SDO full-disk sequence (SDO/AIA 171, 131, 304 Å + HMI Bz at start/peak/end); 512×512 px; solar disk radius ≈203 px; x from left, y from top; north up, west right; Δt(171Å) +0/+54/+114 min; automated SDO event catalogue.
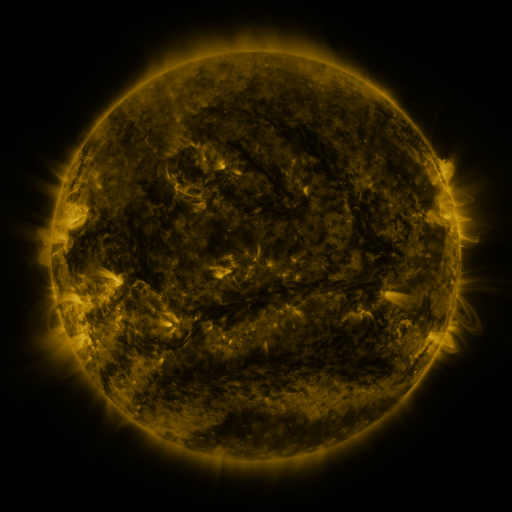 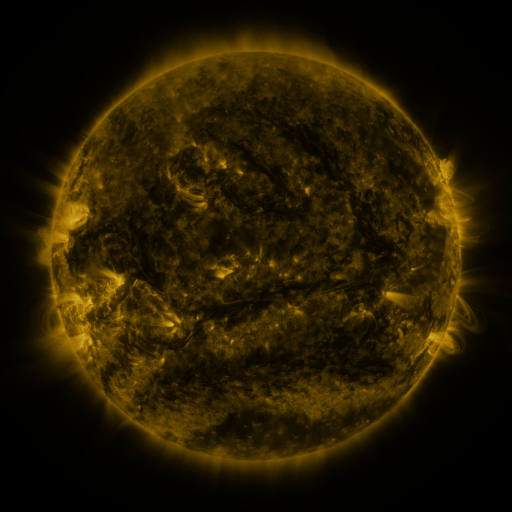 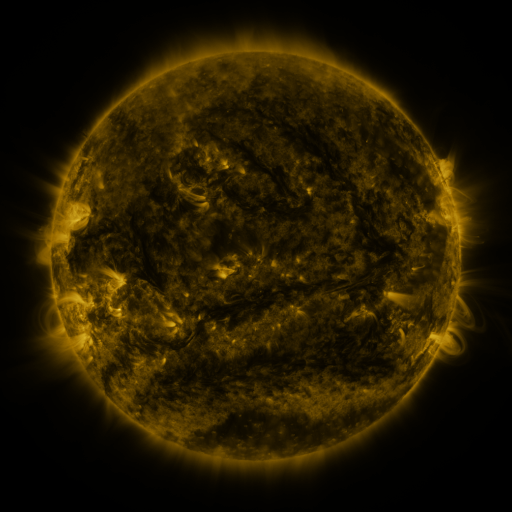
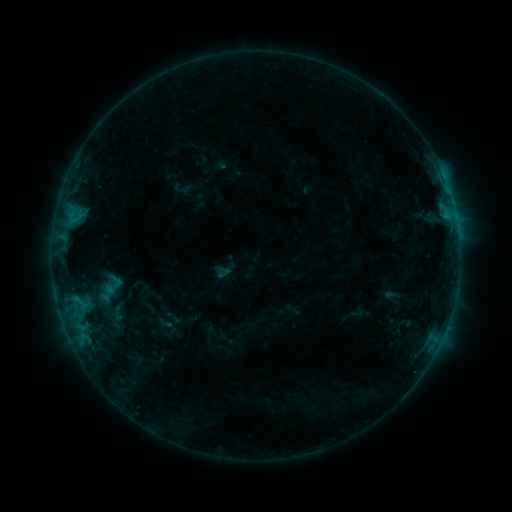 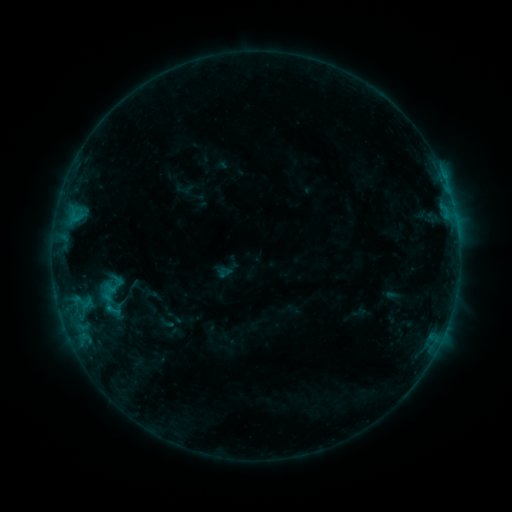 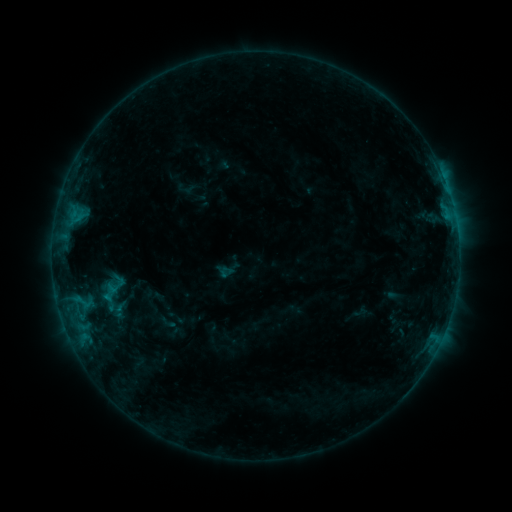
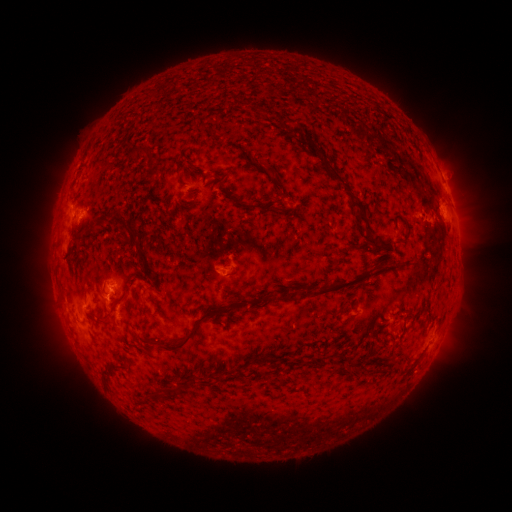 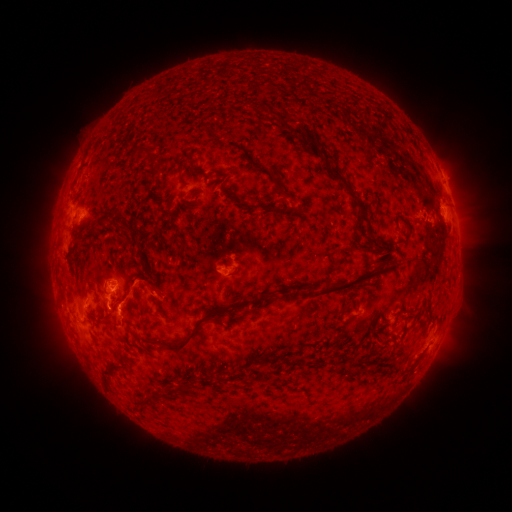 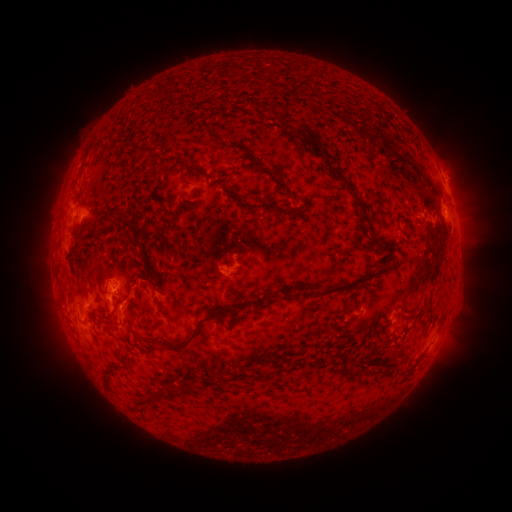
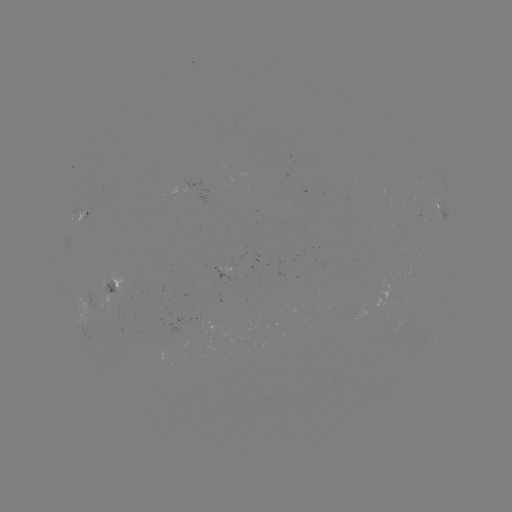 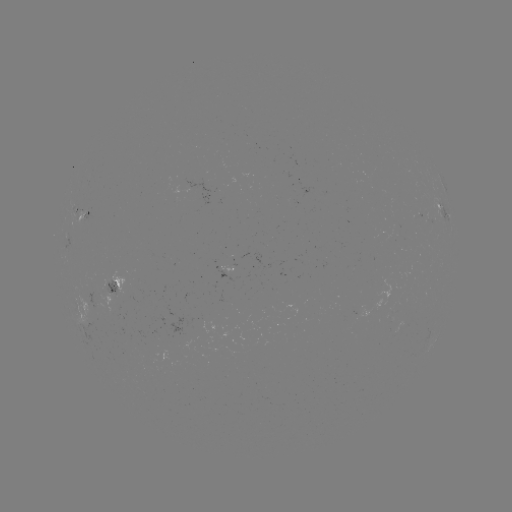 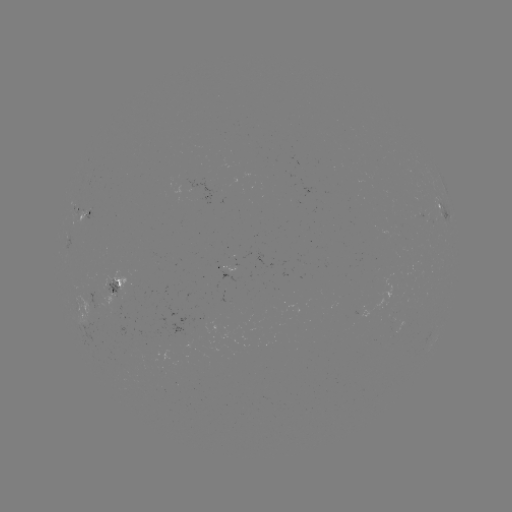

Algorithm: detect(C1.0 flare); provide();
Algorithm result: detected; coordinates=(110, 307)